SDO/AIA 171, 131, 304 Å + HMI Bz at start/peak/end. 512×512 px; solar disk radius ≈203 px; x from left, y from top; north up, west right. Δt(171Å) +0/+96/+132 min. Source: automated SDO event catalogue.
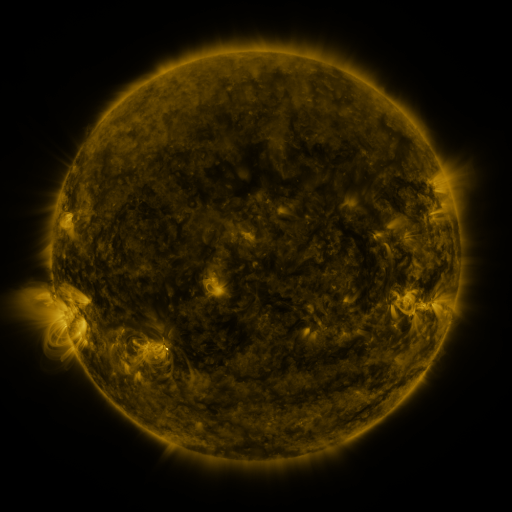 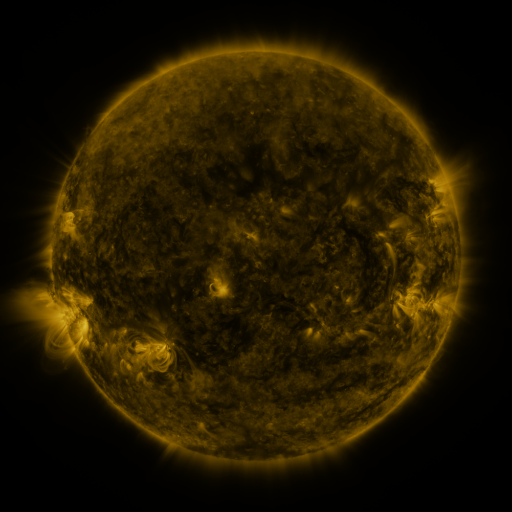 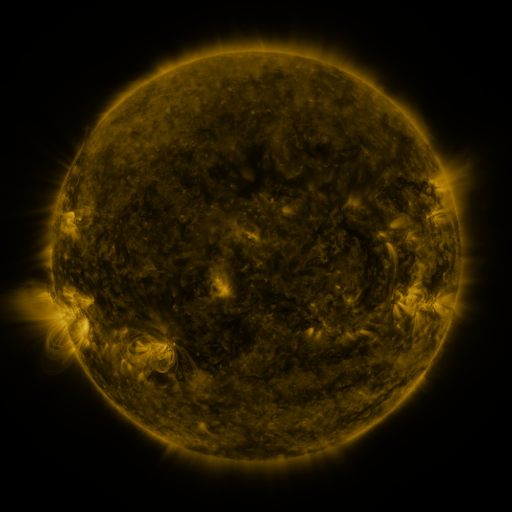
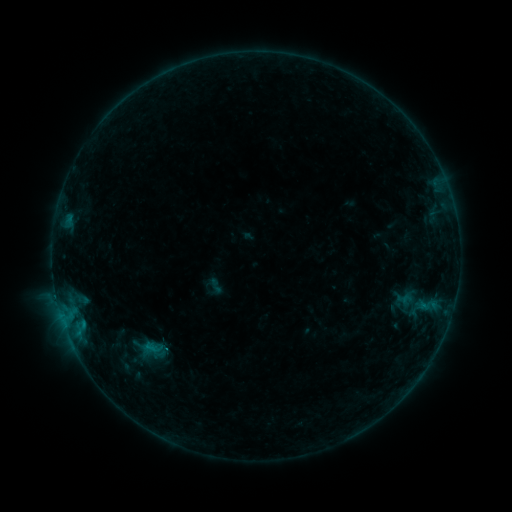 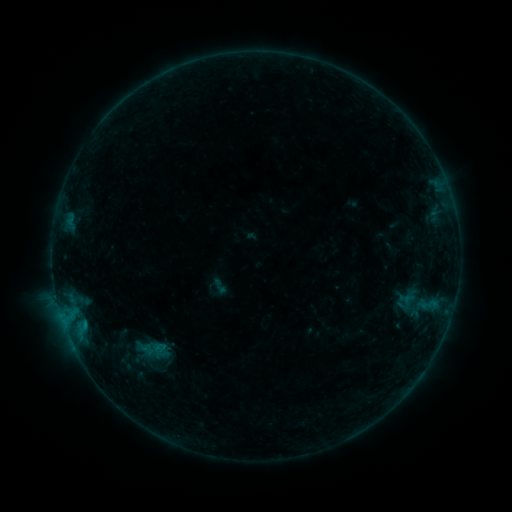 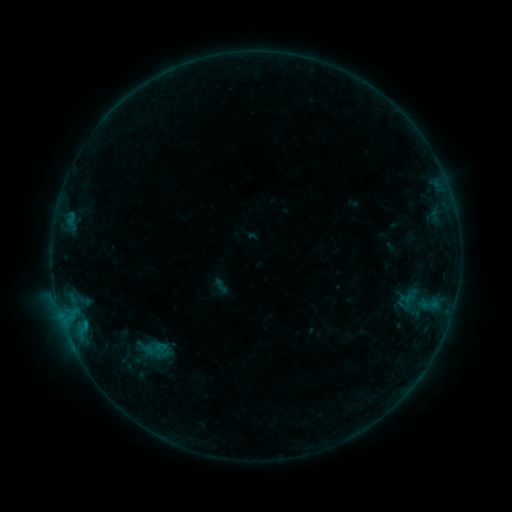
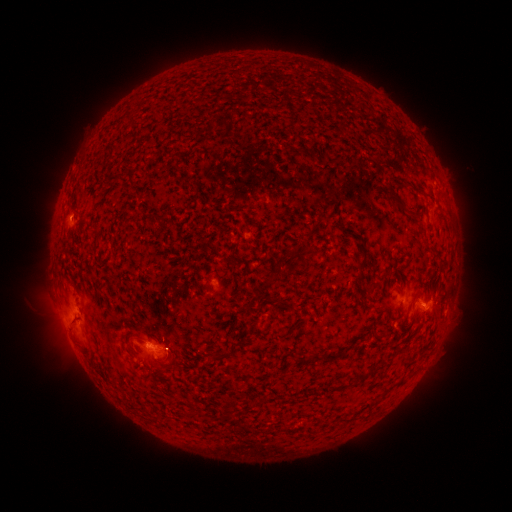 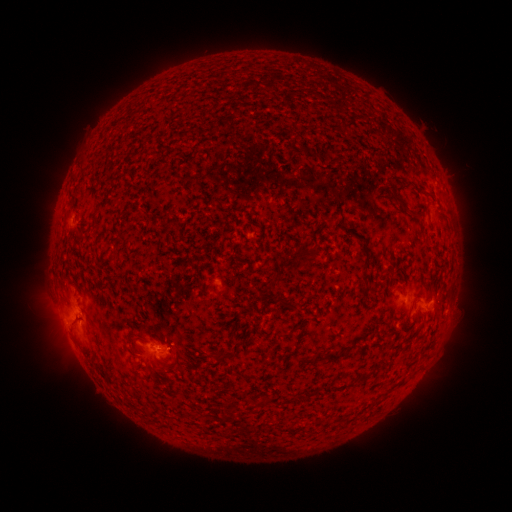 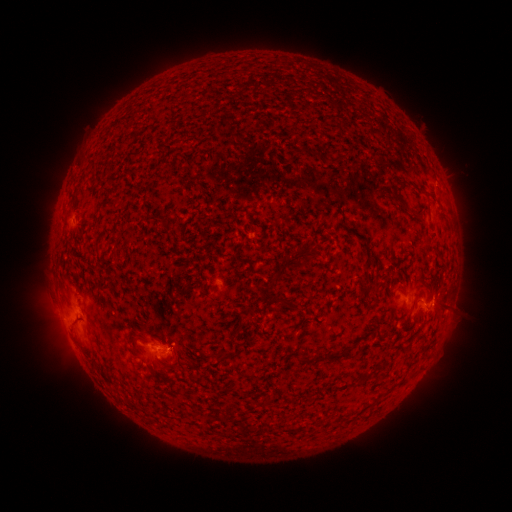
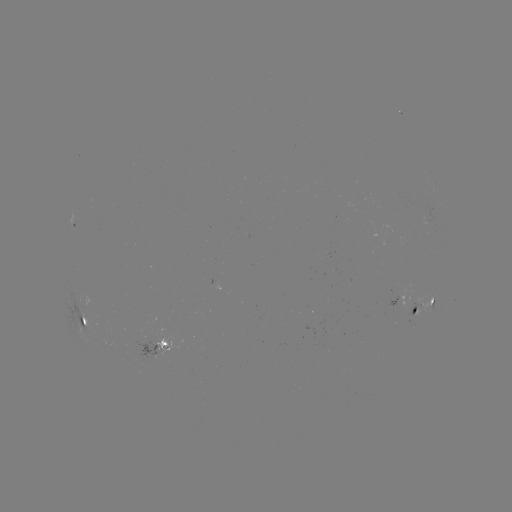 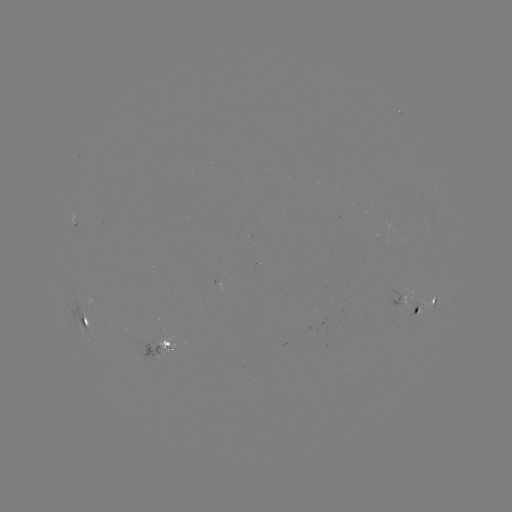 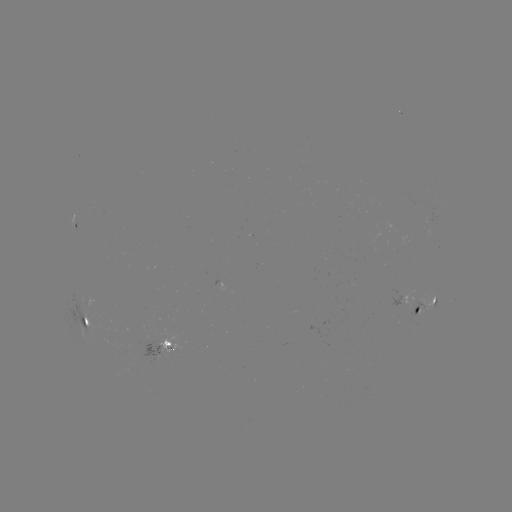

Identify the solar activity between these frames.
emerging-flux region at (158, 339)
